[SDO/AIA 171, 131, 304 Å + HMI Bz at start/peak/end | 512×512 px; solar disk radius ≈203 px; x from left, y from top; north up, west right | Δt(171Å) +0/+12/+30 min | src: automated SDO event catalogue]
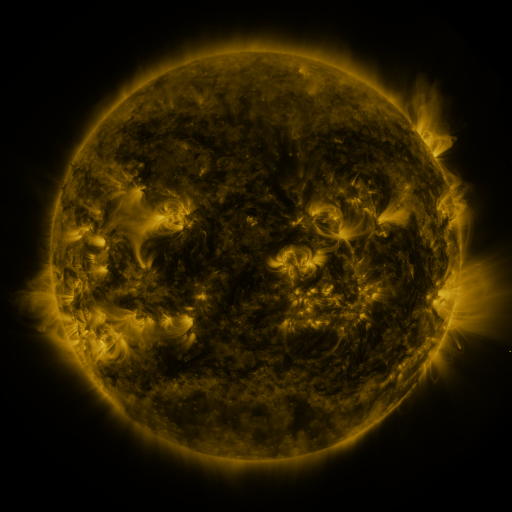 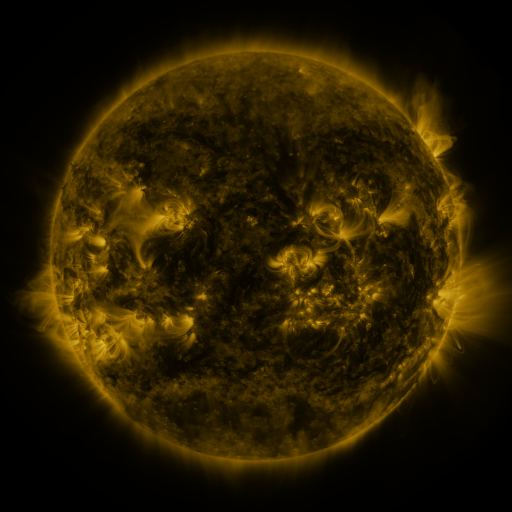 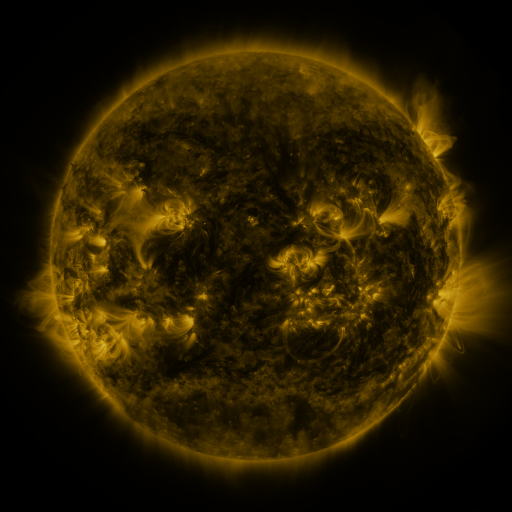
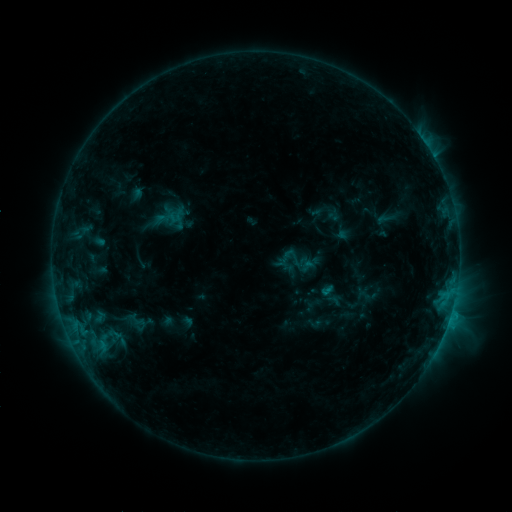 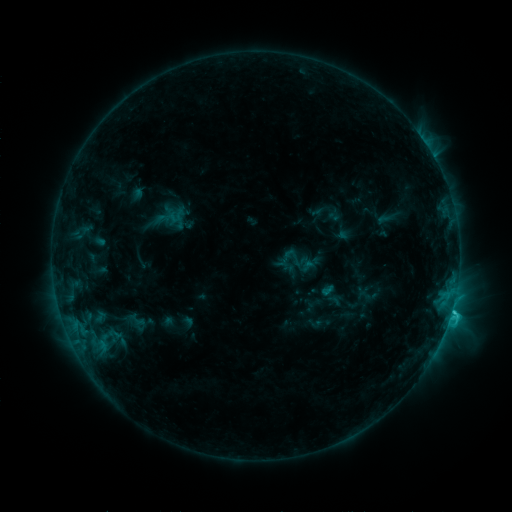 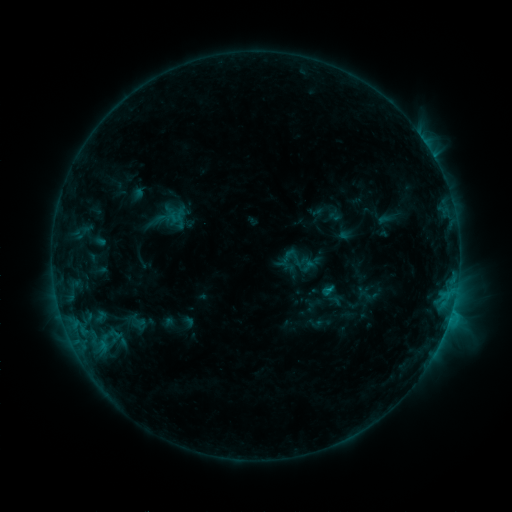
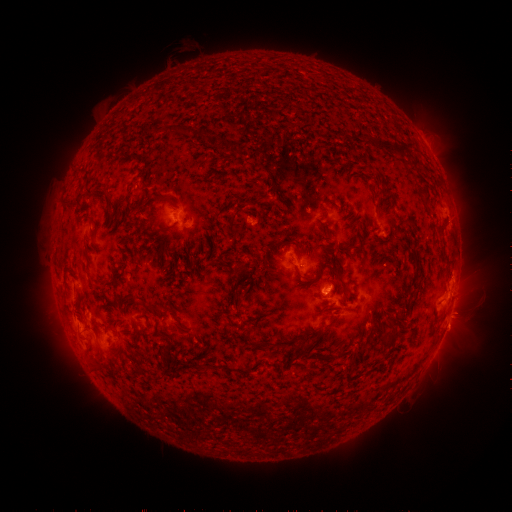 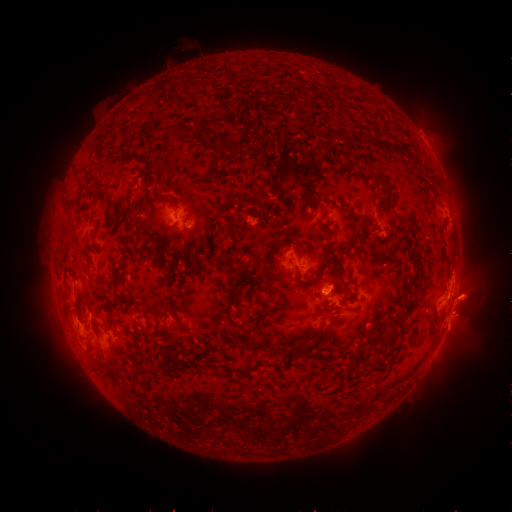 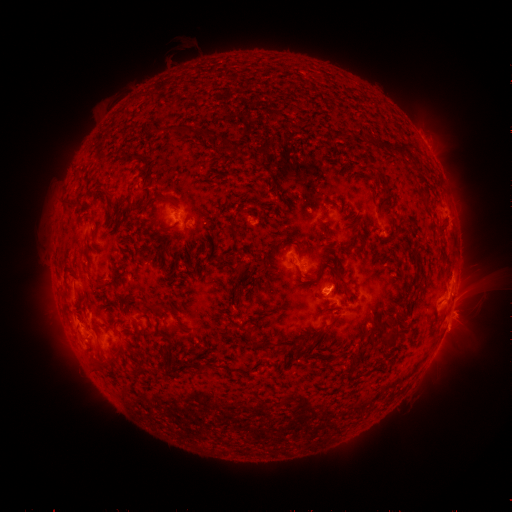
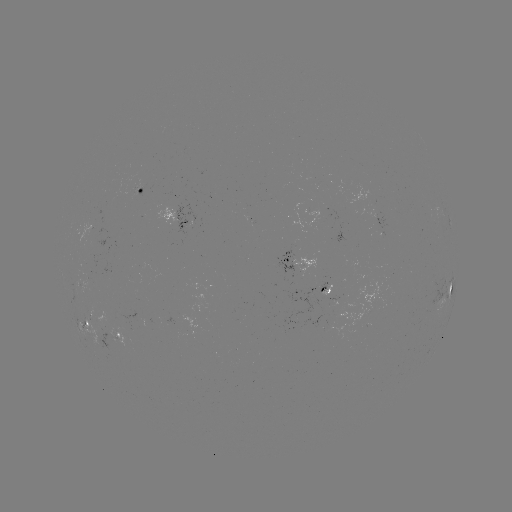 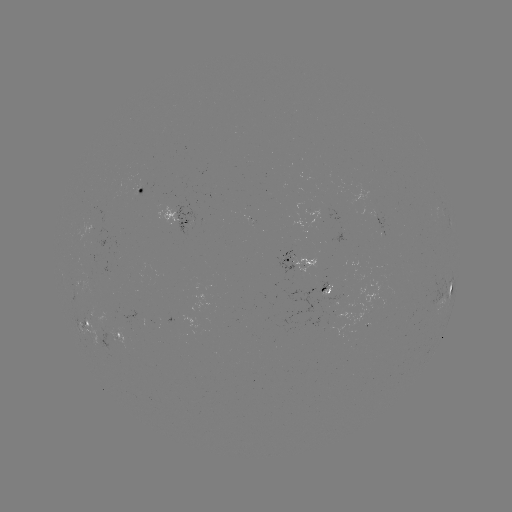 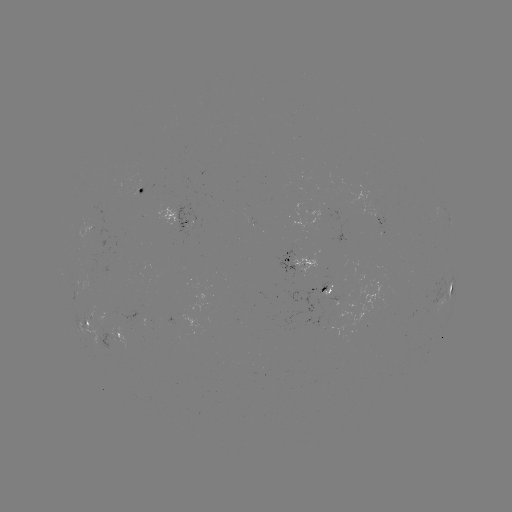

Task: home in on C2.4 flare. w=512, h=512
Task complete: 452,308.